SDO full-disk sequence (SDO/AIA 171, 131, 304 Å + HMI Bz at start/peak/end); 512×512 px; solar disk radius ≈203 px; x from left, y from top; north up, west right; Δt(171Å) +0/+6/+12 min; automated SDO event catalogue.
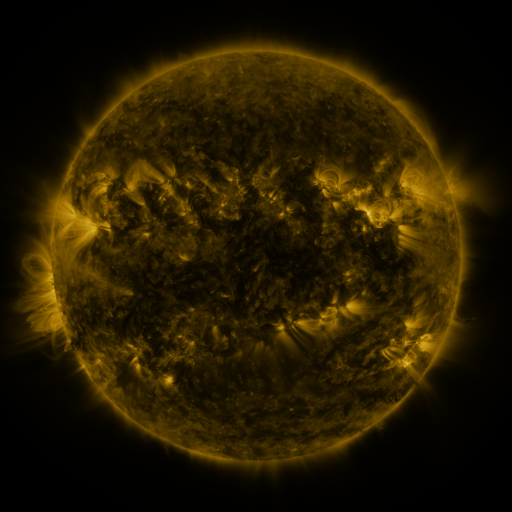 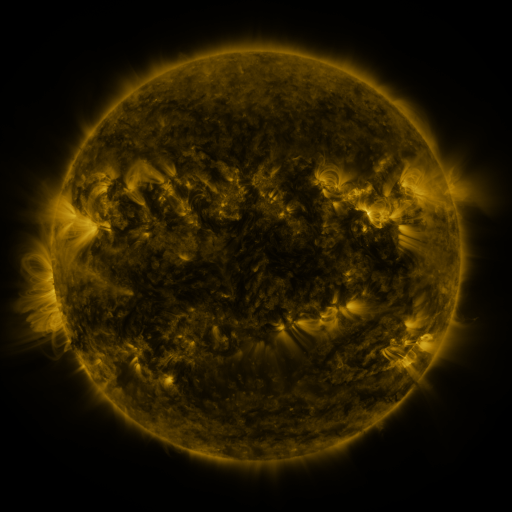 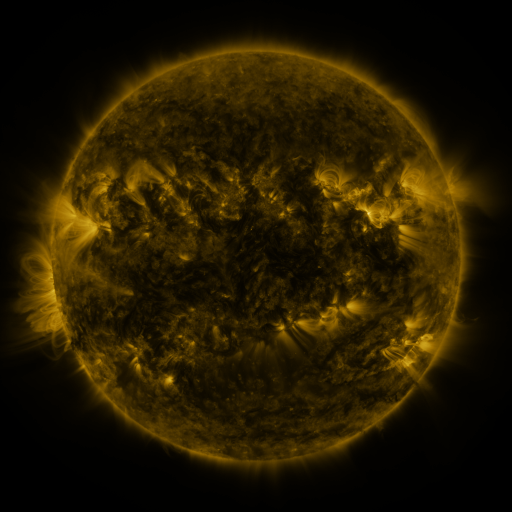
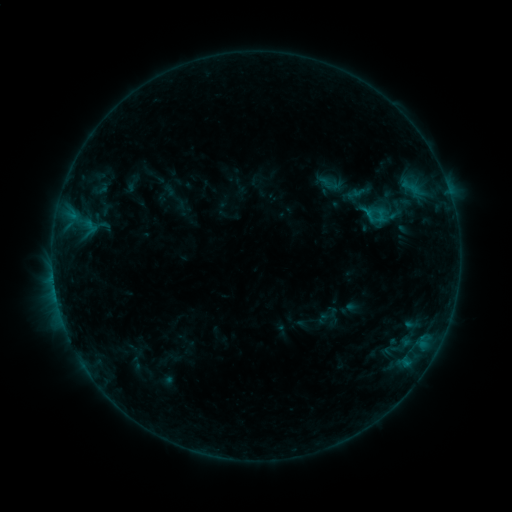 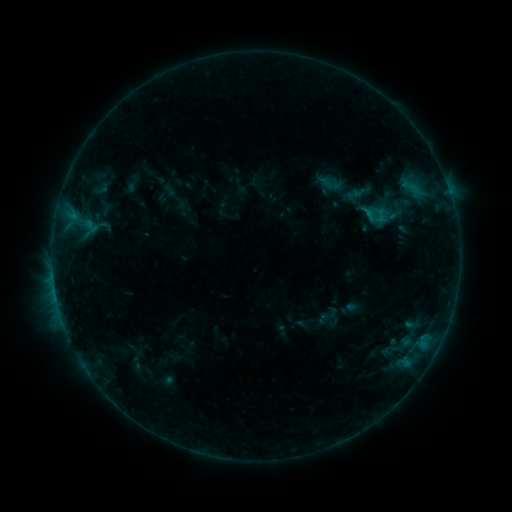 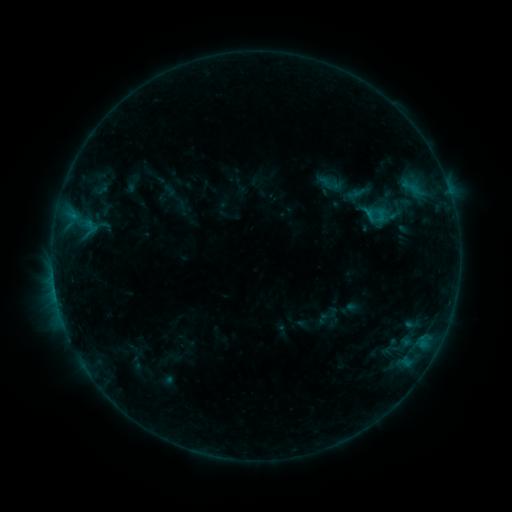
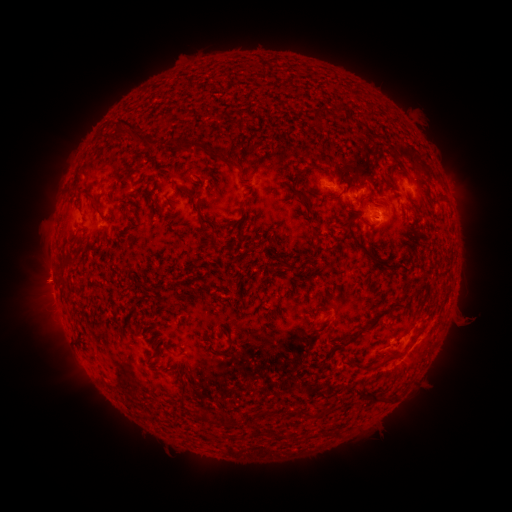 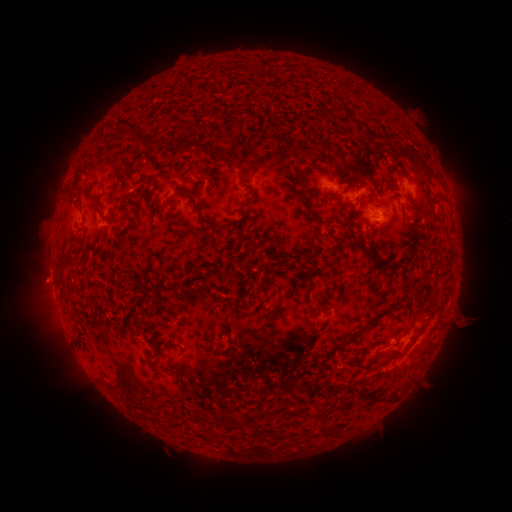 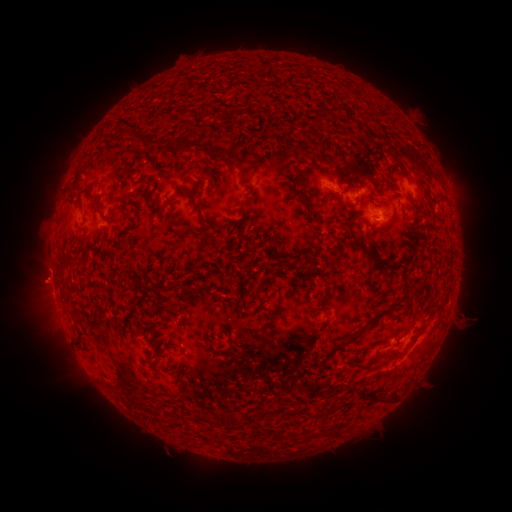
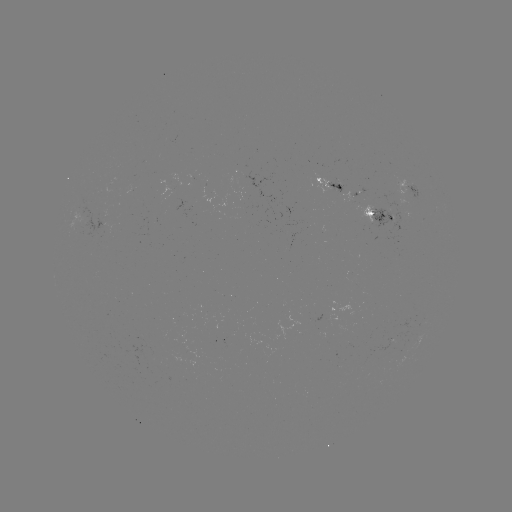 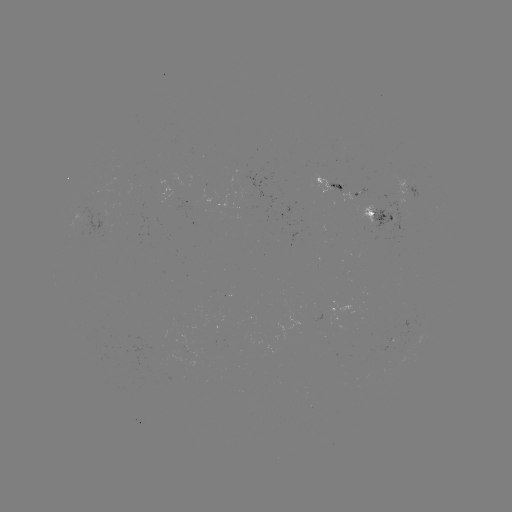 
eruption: <bbox>18, 261, 64, 304</bbox>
